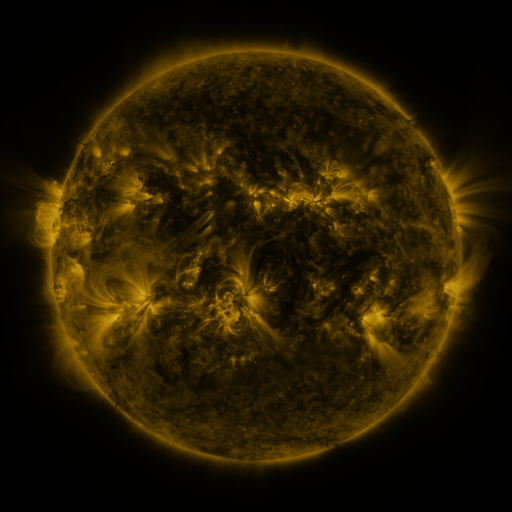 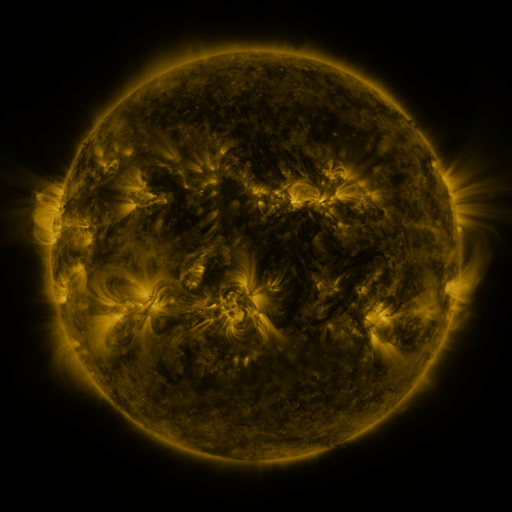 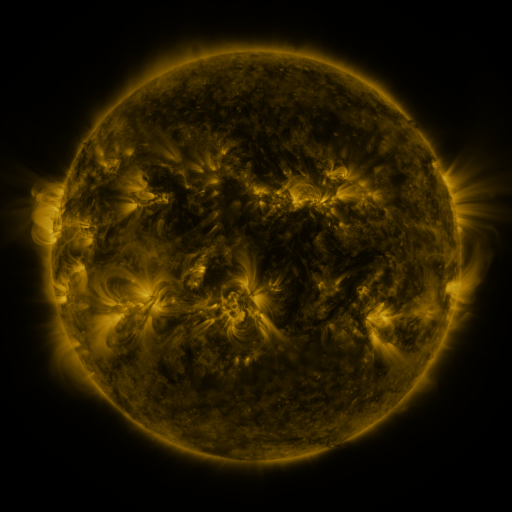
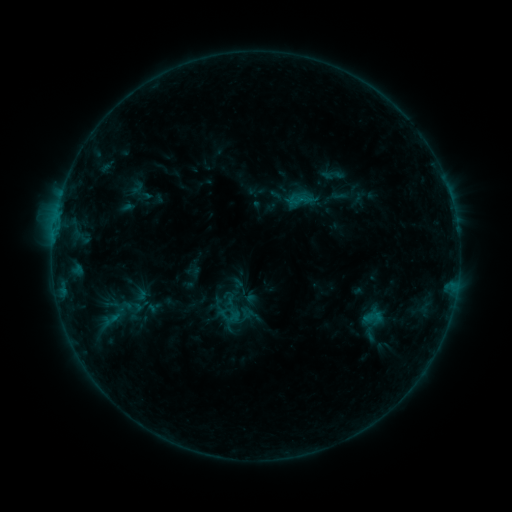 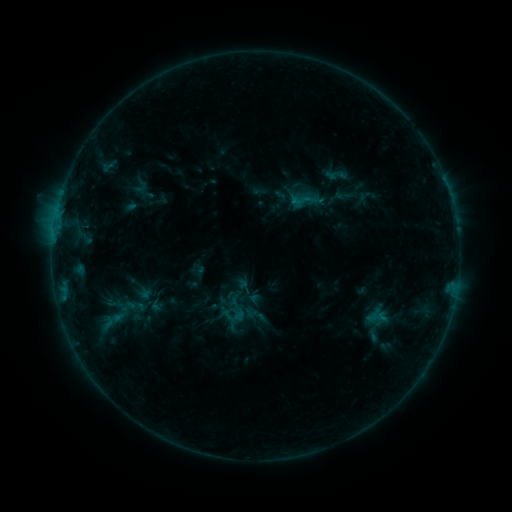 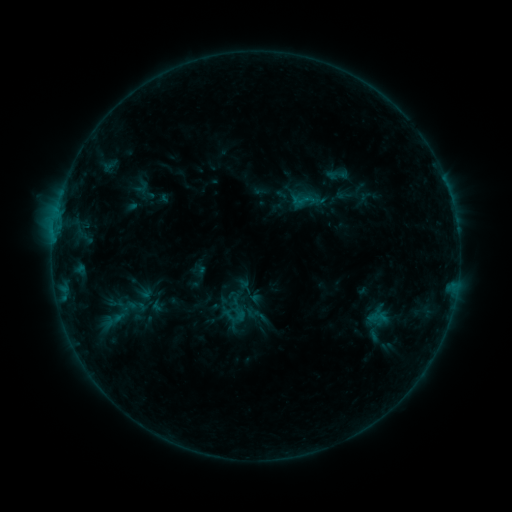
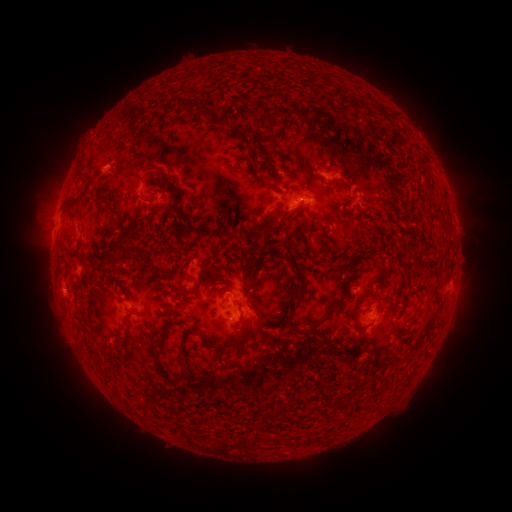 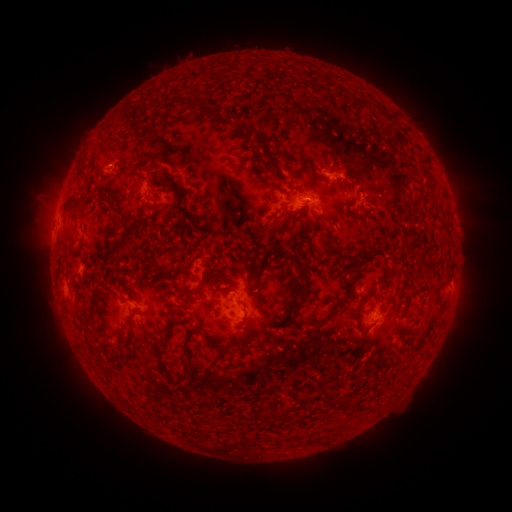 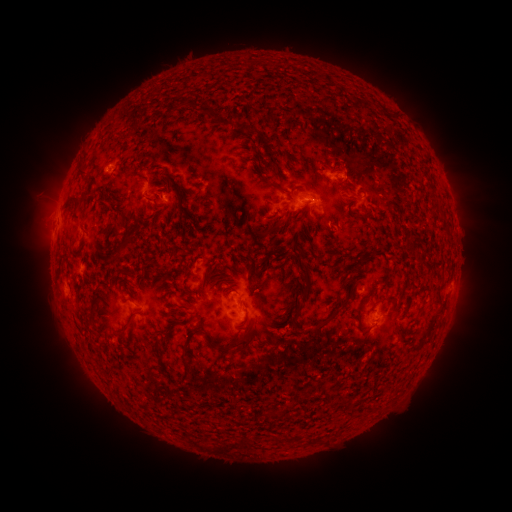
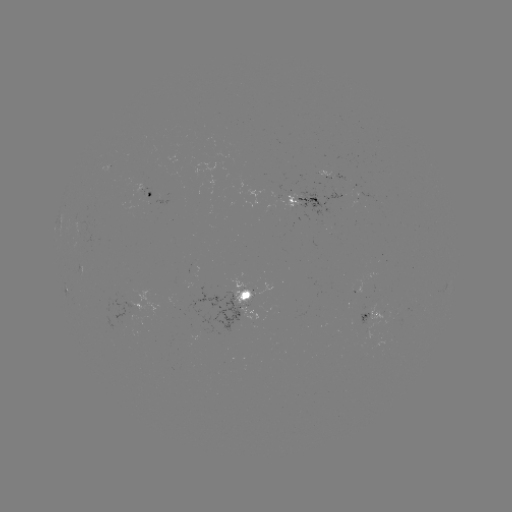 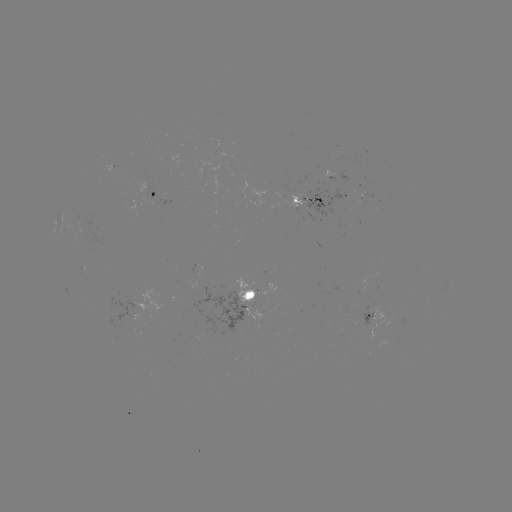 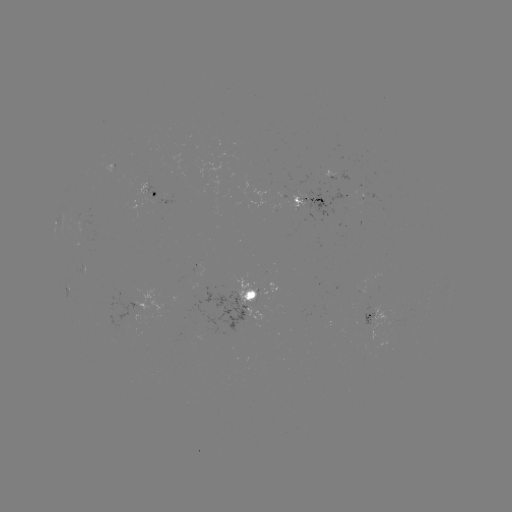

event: emerging-flux region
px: (295, 205)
